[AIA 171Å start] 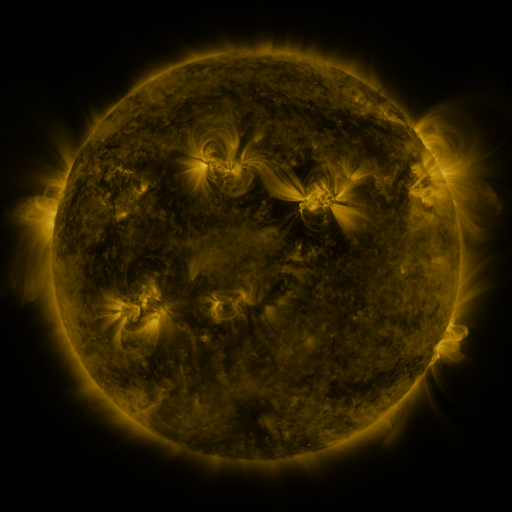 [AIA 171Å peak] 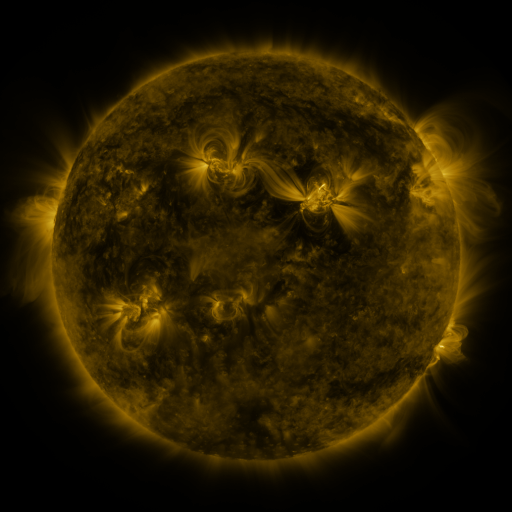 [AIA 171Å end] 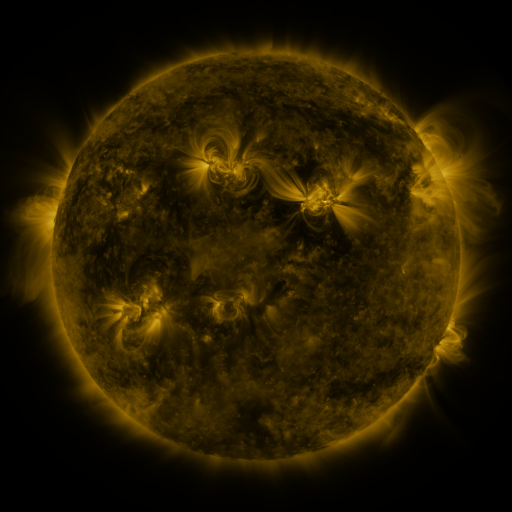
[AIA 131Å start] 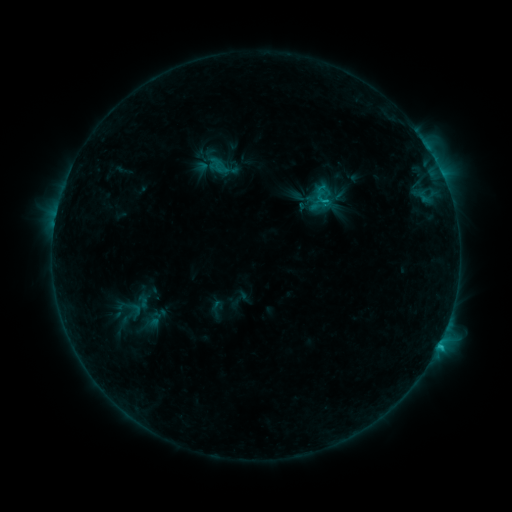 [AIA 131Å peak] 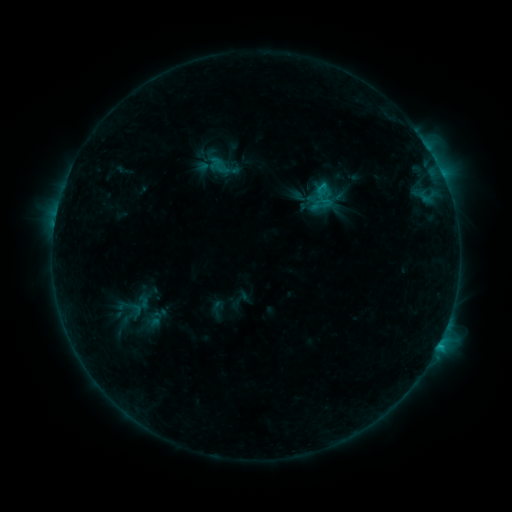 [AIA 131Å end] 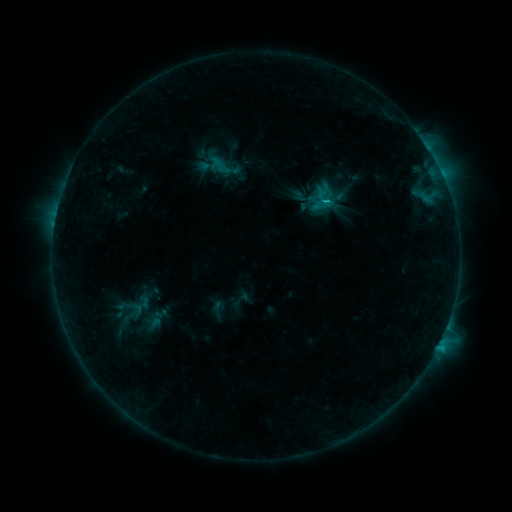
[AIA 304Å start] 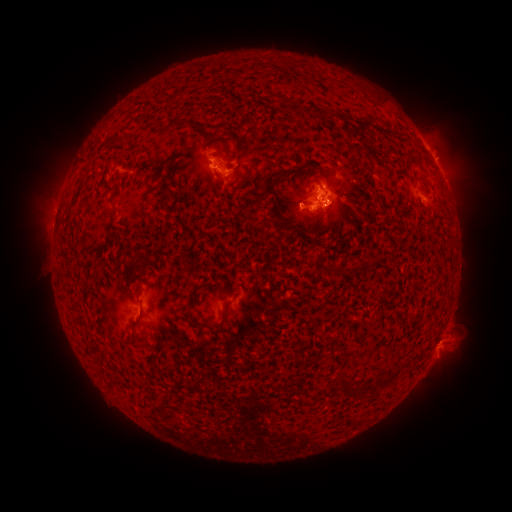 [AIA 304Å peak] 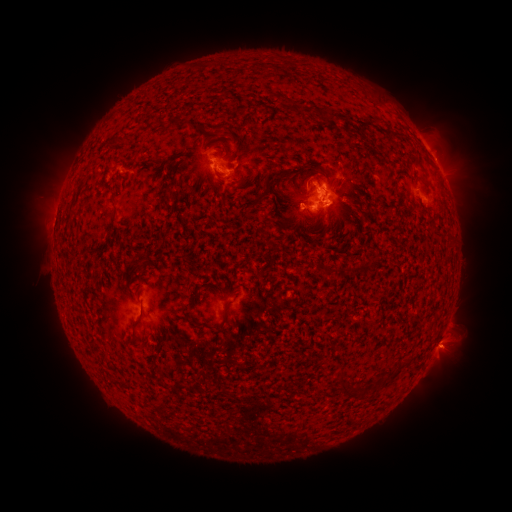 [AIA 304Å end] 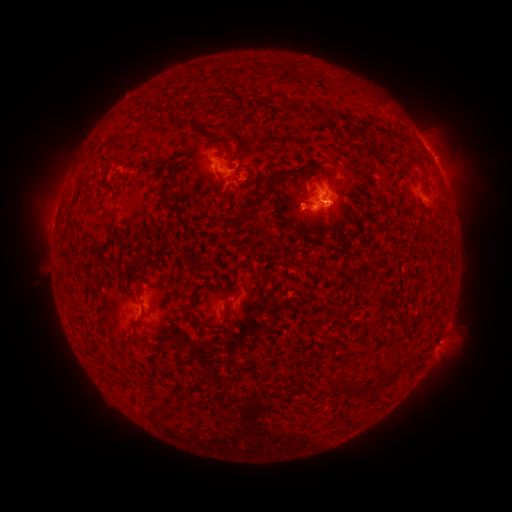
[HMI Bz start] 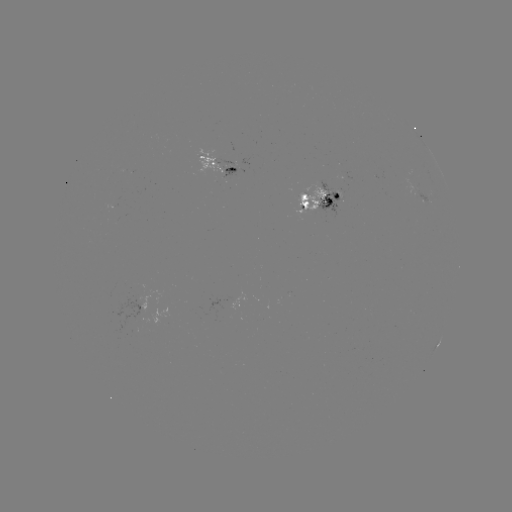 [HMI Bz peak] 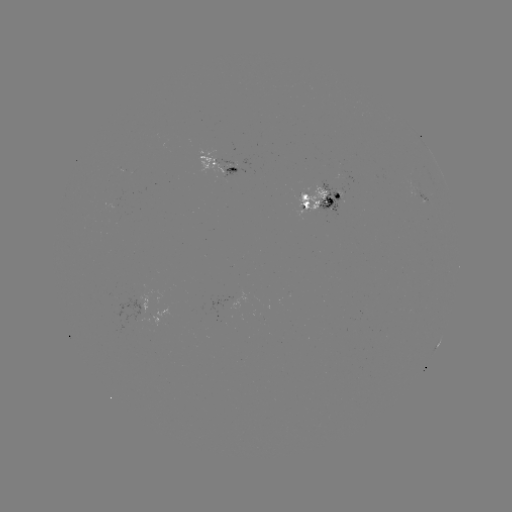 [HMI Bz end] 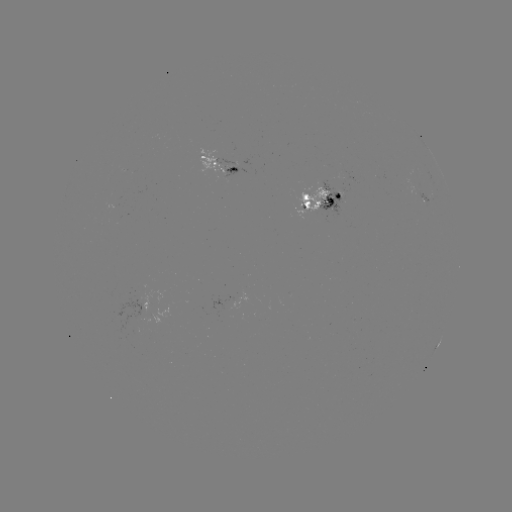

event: emerging-flux region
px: (227, 163)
